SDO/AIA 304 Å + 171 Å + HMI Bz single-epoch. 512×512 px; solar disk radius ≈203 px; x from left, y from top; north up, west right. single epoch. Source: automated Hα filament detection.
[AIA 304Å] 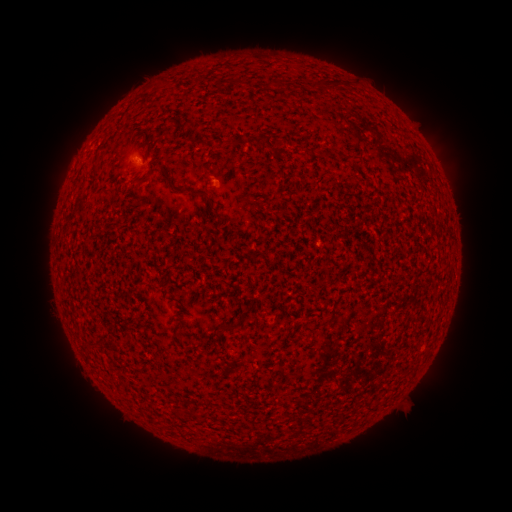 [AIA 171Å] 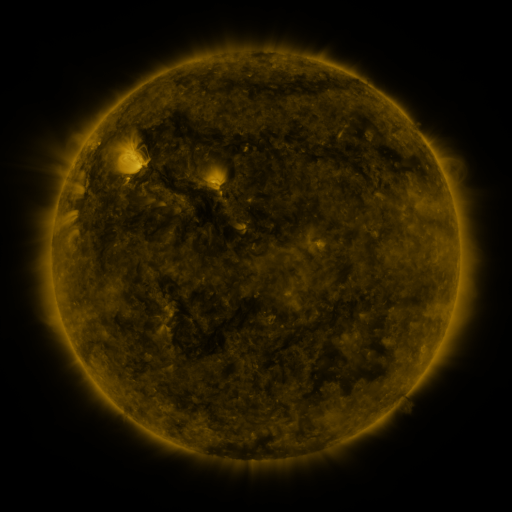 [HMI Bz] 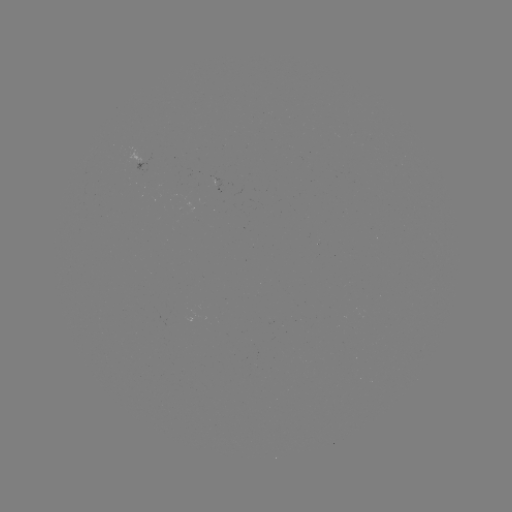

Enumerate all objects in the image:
filament: [185, 136, 201, 143]
filament: [256, 136, 265, 148]
filament: [159, 166, 175, 188]
filament: [138, 170, 152, 183]
filament: [197, 189, 223, 221]
filament: [226, 321, 237, 330]
